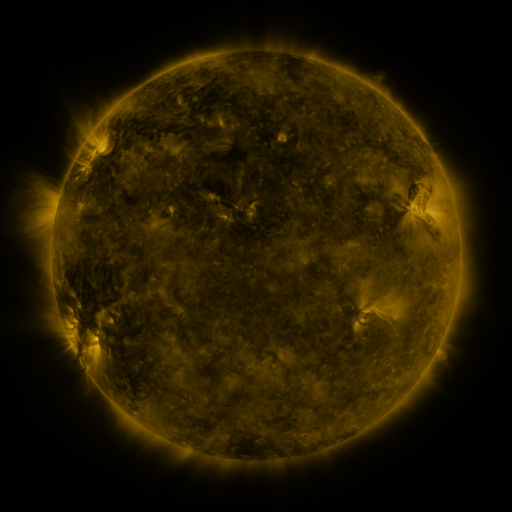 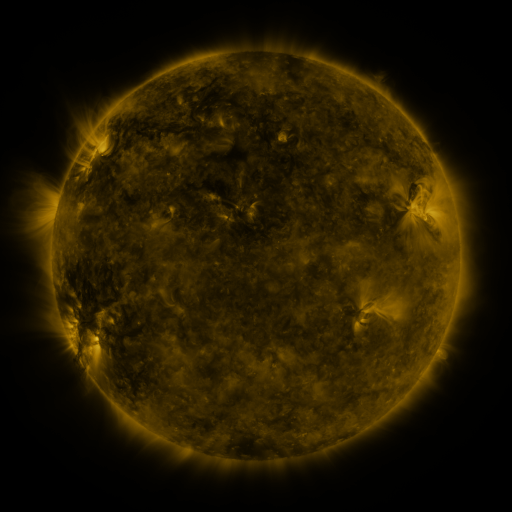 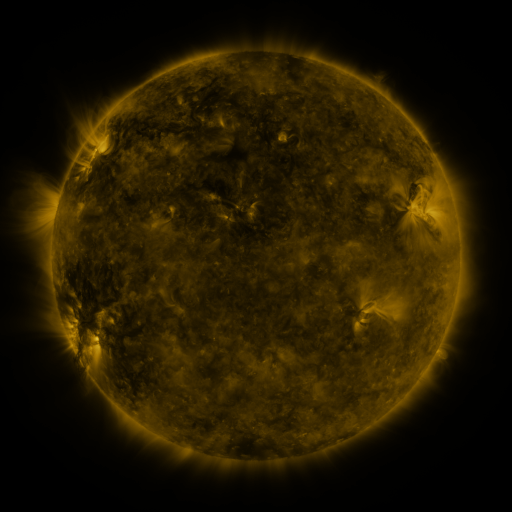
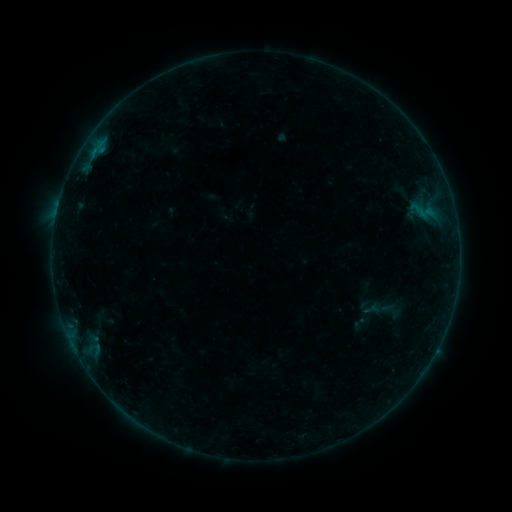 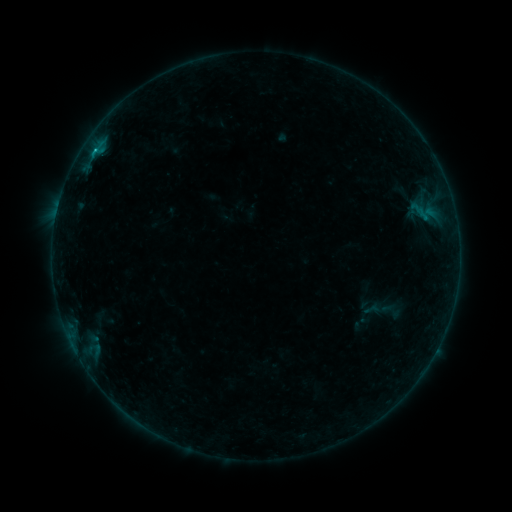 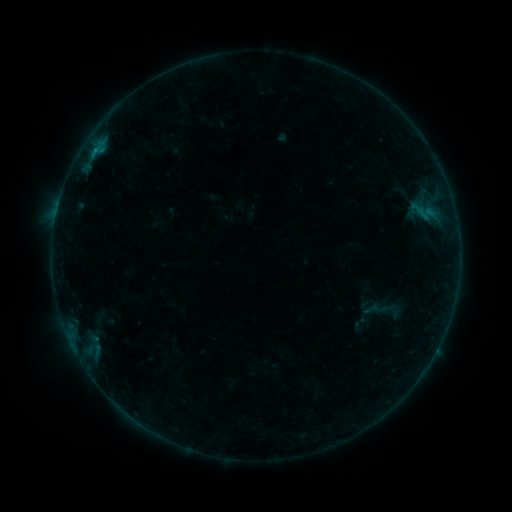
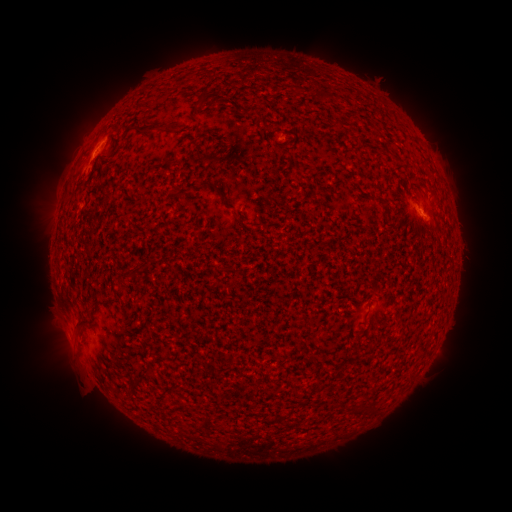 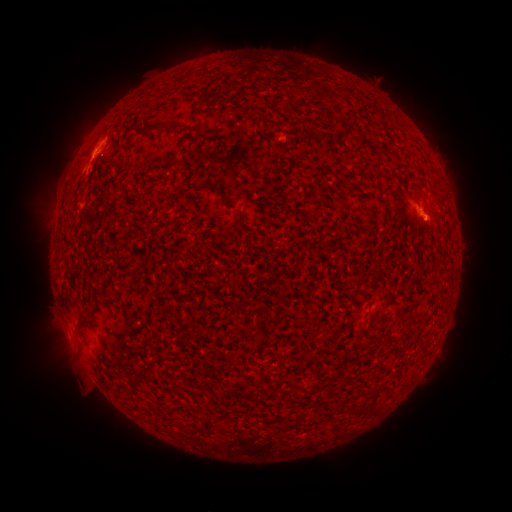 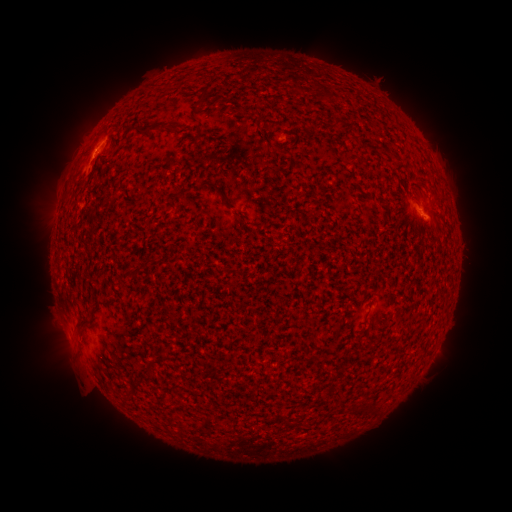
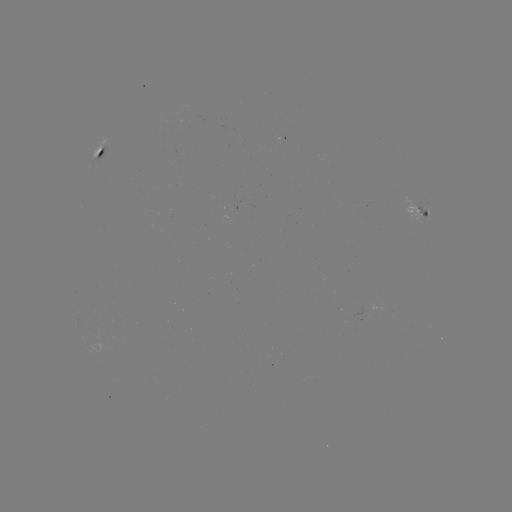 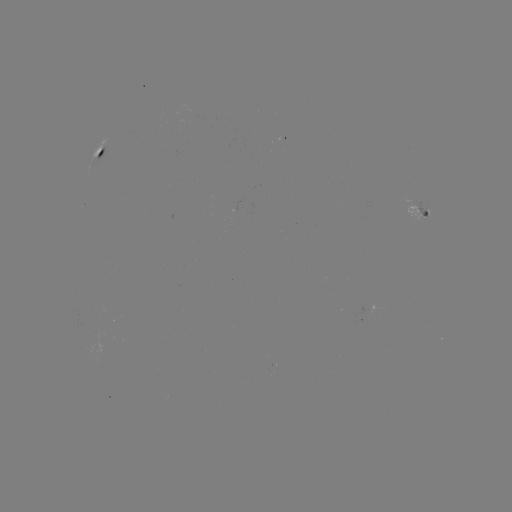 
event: flare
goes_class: B5.3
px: (424, 221)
